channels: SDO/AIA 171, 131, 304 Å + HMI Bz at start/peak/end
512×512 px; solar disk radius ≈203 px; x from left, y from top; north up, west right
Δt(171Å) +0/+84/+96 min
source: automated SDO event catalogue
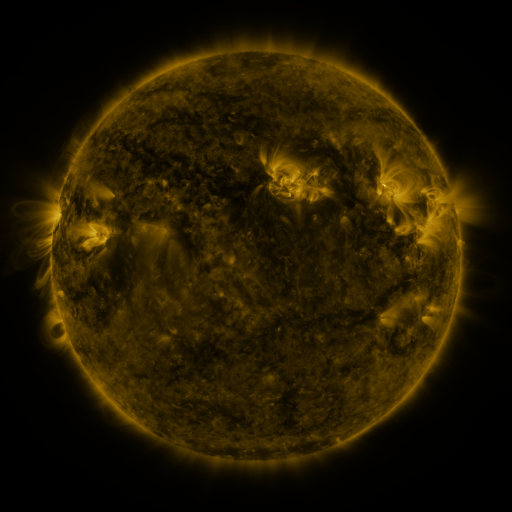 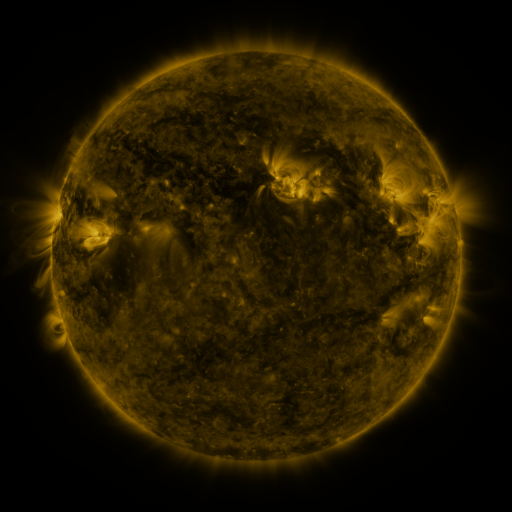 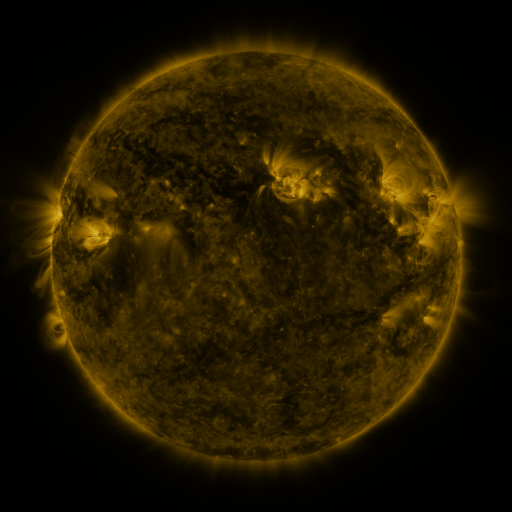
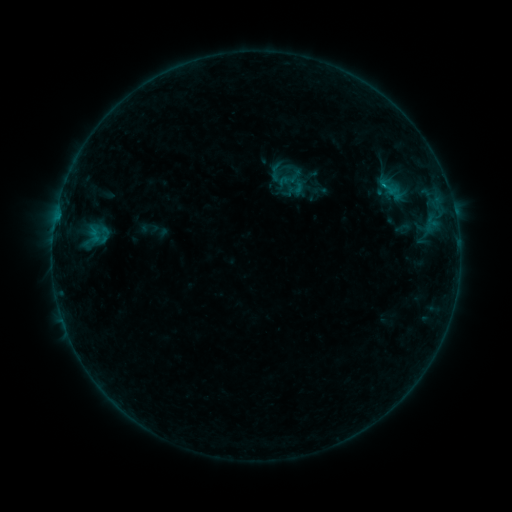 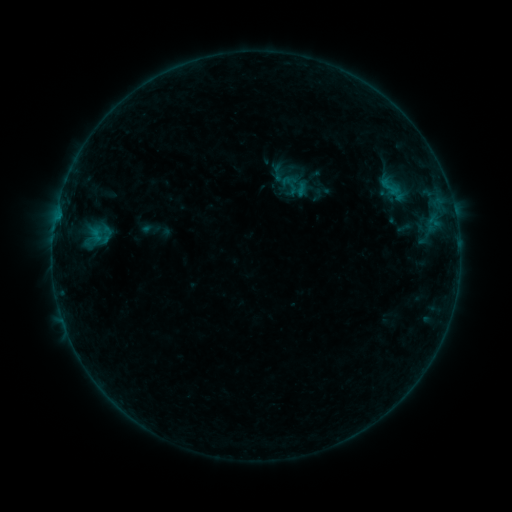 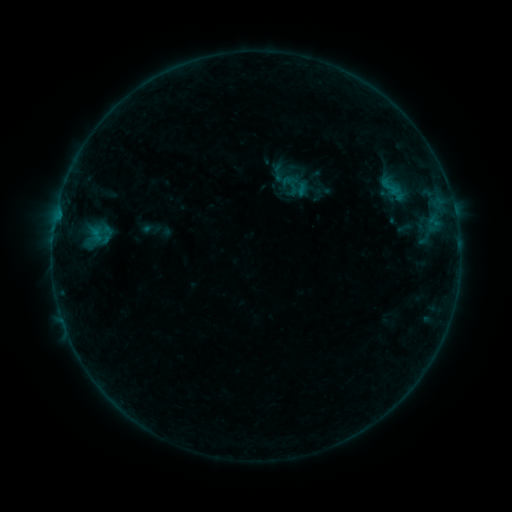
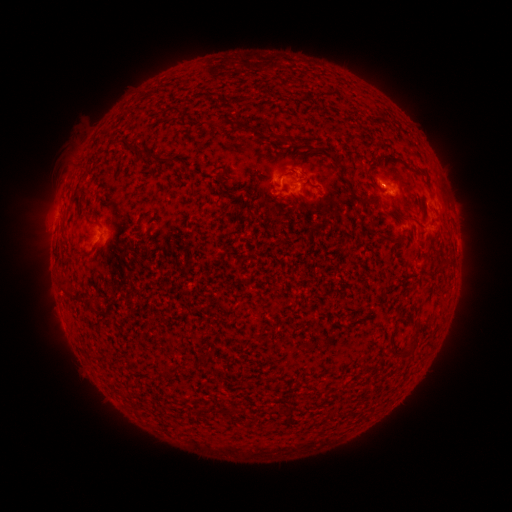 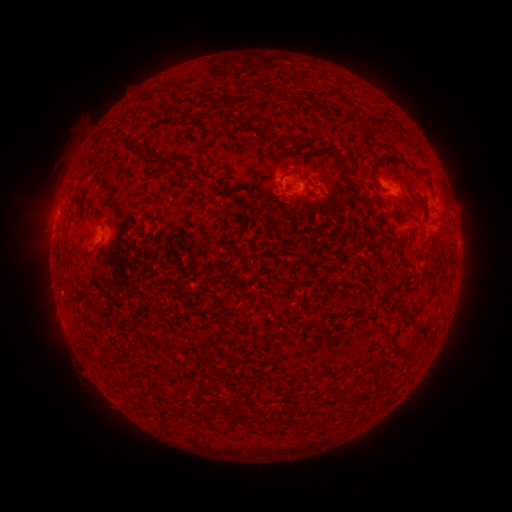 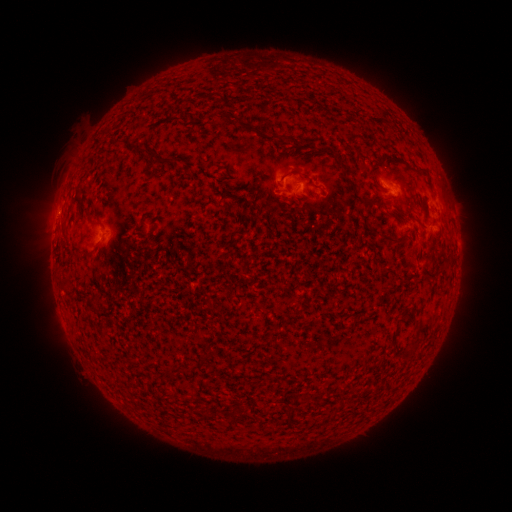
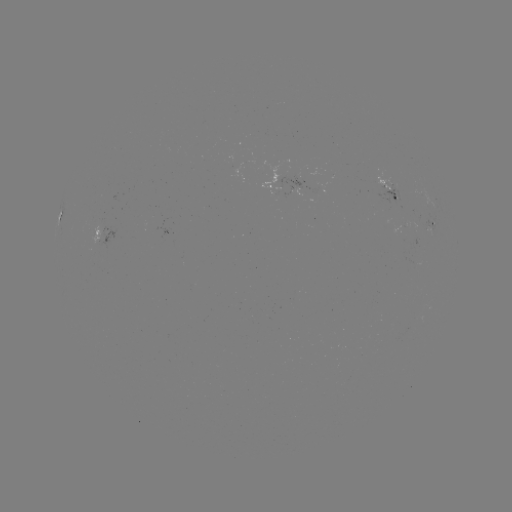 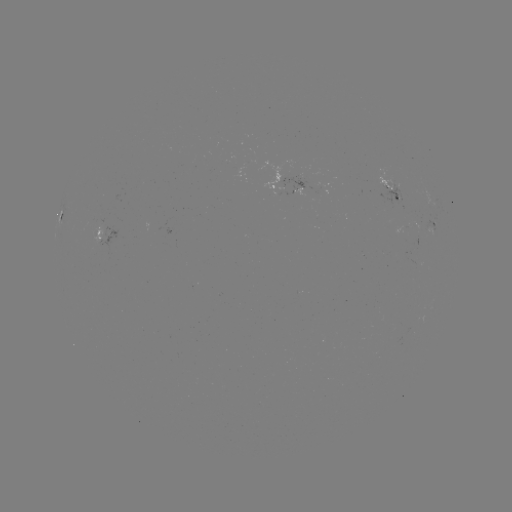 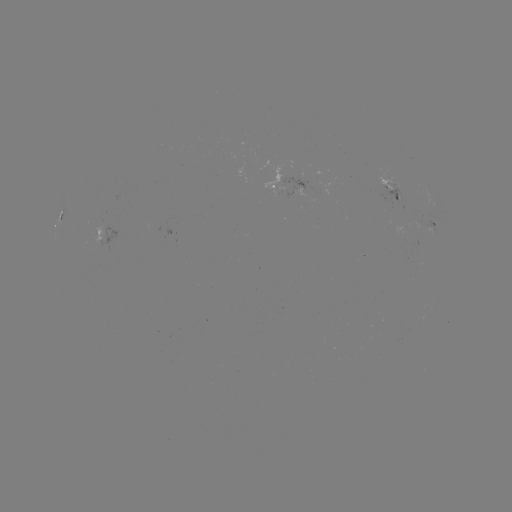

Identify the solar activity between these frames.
emerging-flux region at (395, 197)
